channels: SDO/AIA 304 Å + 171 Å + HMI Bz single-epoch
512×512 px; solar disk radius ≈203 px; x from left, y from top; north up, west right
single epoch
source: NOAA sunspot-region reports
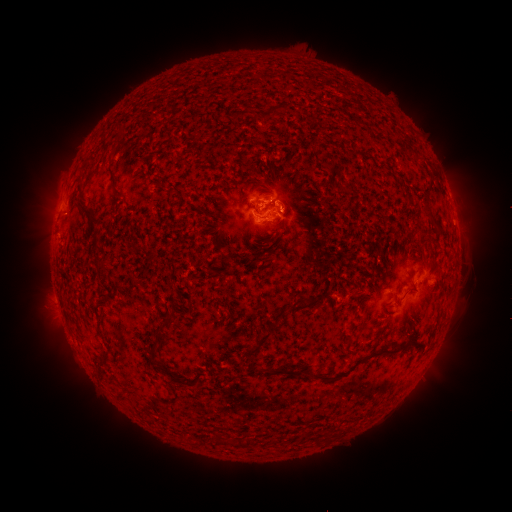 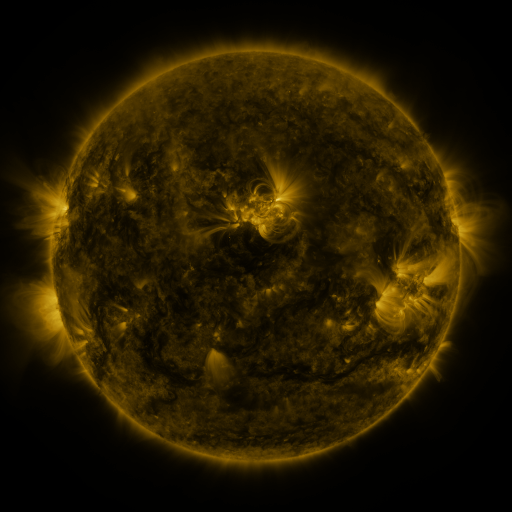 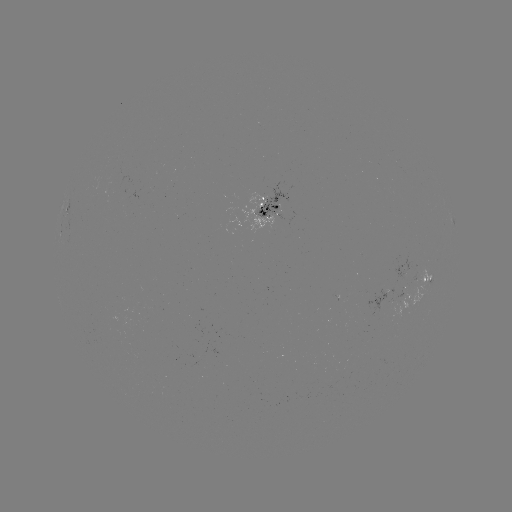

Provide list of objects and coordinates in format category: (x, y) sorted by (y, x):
spotted active region: (273, 209)
spotted active region: (421, 276)
spotted active region: (401, 296)
